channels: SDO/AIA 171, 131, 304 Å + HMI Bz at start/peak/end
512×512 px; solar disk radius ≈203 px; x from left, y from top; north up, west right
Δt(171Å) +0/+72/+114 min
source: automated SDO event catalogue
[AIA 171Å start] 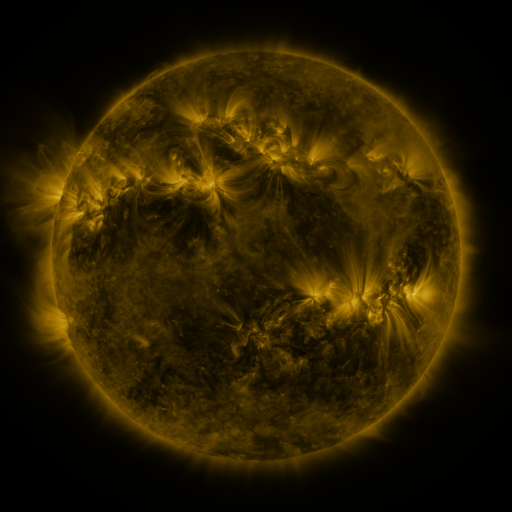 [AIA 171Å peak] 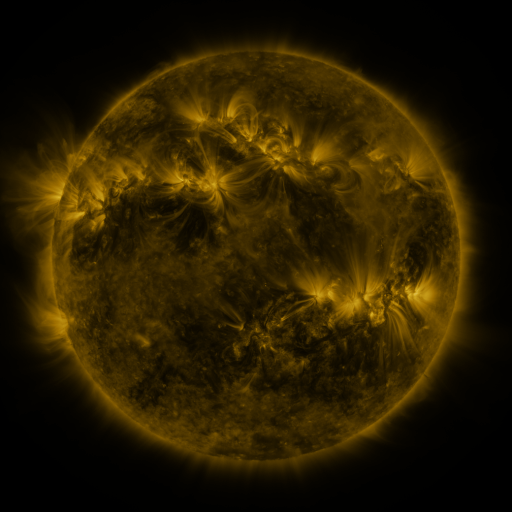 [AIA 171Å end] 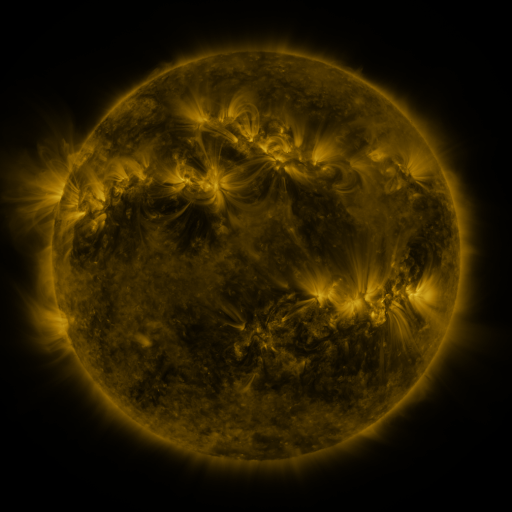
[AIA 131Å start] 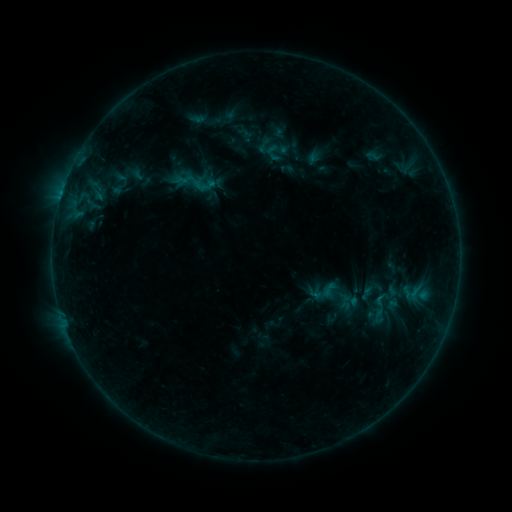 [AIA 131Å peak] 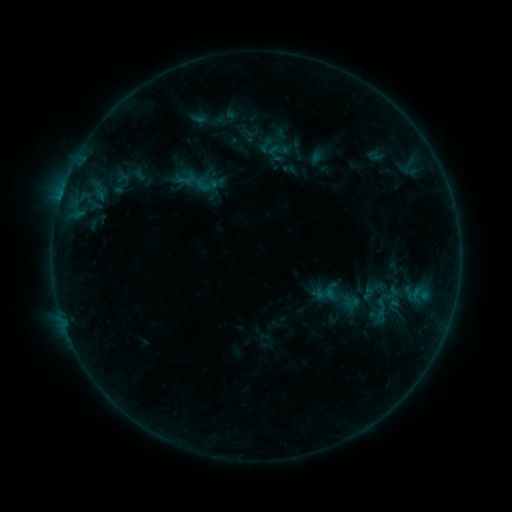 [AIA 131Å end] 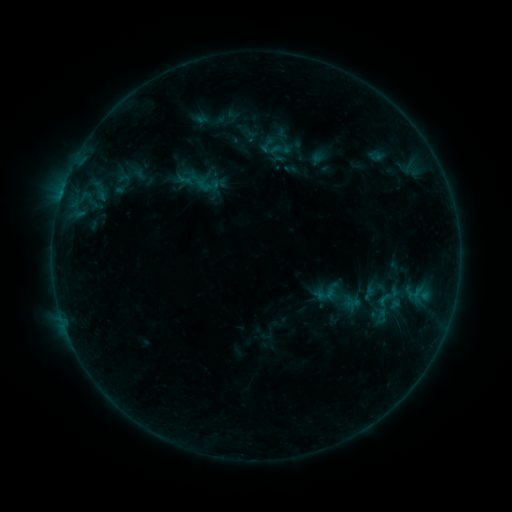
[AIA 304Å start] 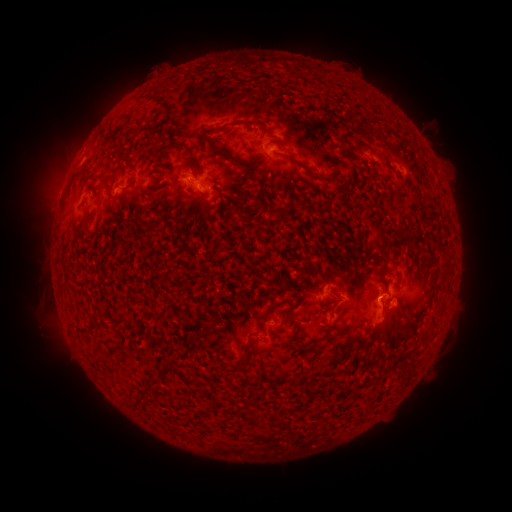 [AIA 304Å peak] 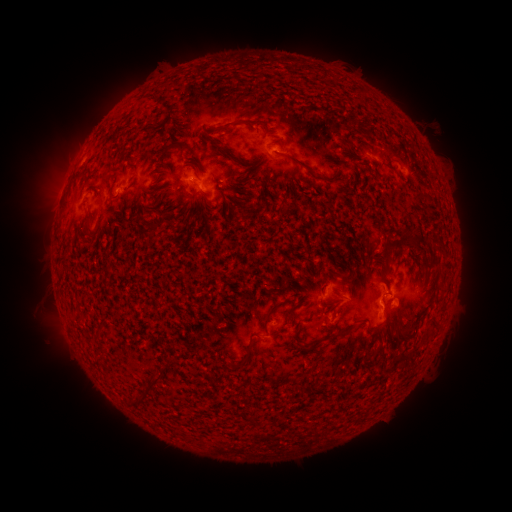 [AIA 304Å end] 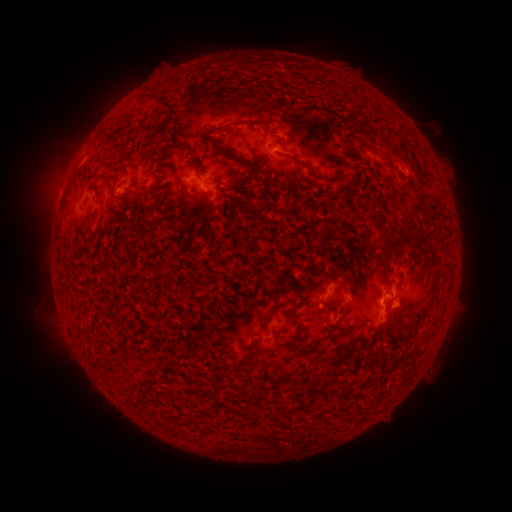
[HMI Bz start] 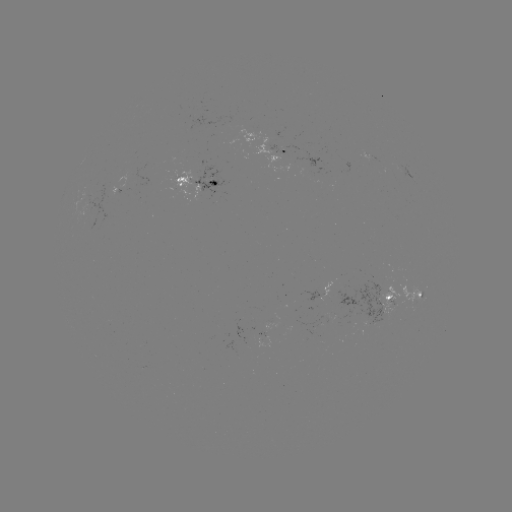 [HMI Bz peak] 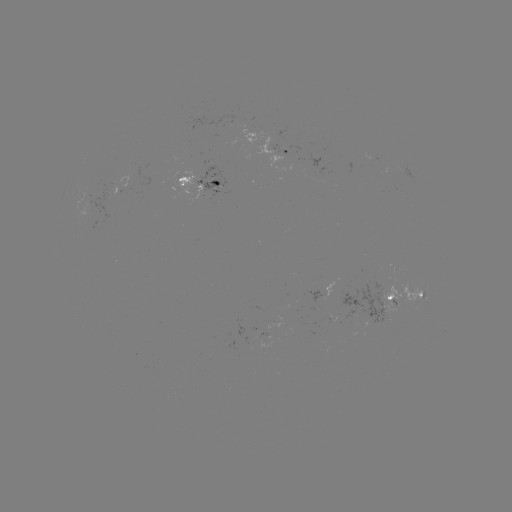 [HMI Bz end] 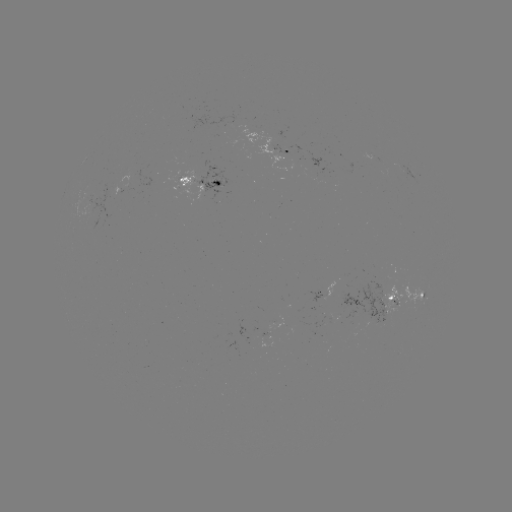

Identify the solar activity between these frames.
emerging-flux region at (367, 155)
